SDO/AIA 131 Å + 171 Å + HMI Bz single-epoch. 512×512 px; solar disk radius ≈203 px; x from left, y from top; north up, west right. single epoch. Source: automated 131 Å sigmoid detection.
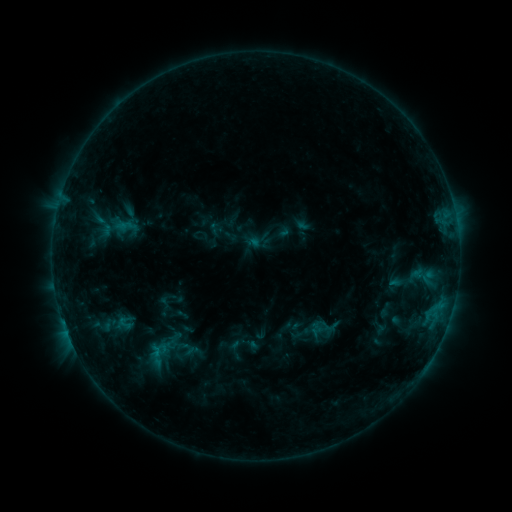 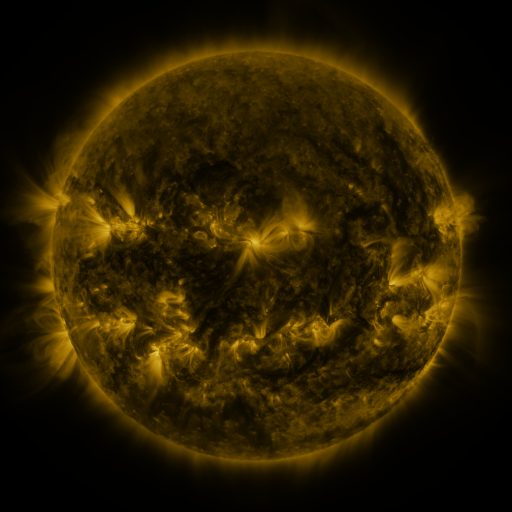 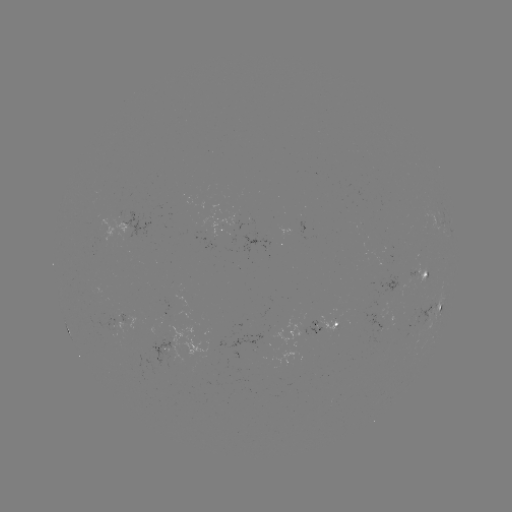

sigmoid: (308, 312, 339, 343)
